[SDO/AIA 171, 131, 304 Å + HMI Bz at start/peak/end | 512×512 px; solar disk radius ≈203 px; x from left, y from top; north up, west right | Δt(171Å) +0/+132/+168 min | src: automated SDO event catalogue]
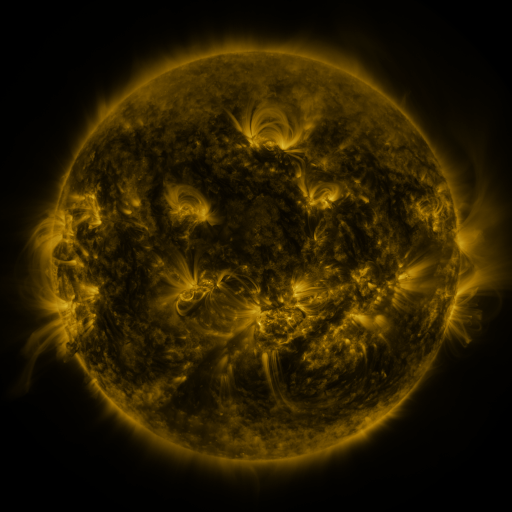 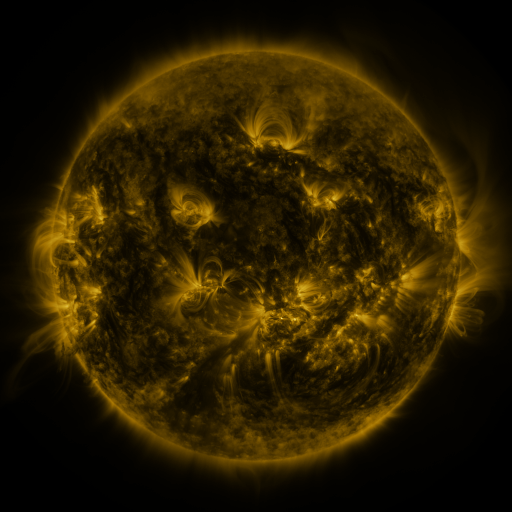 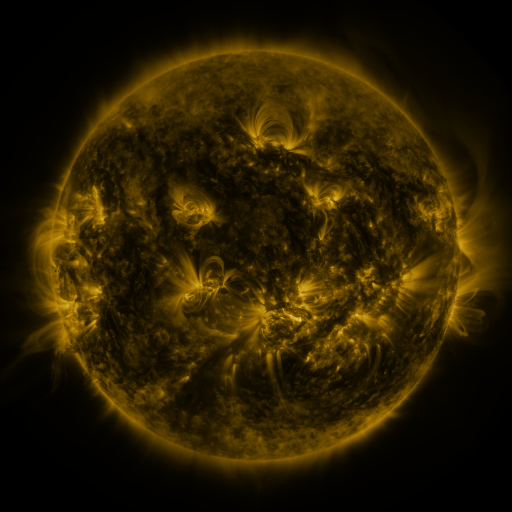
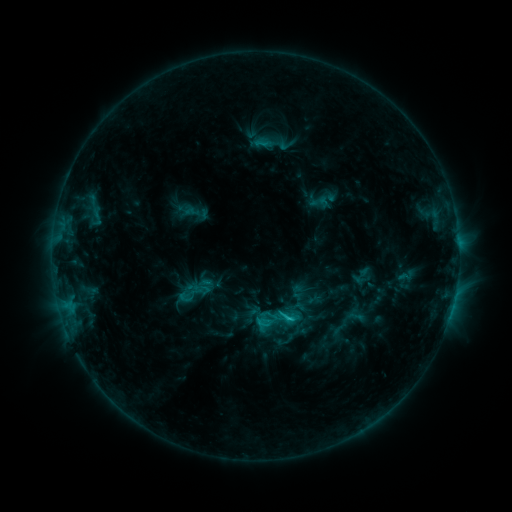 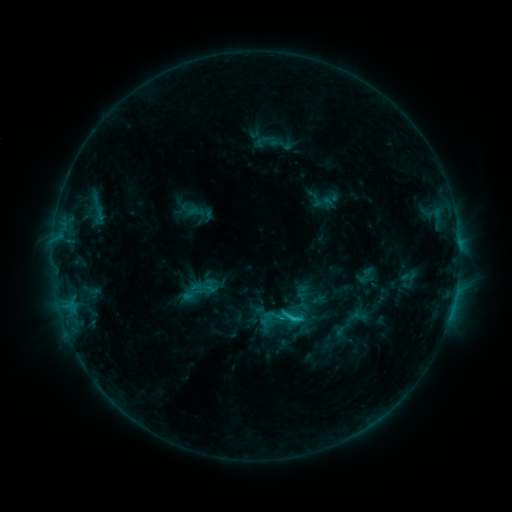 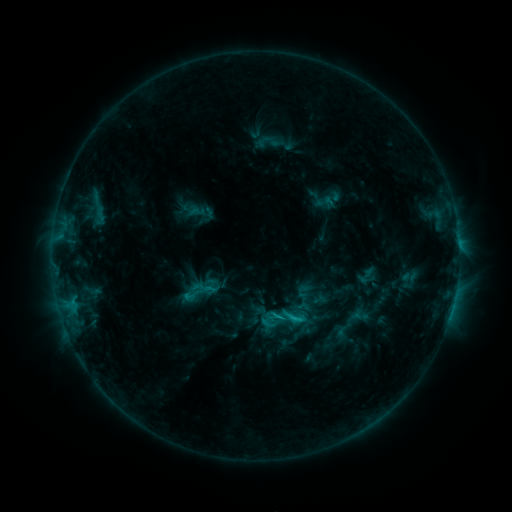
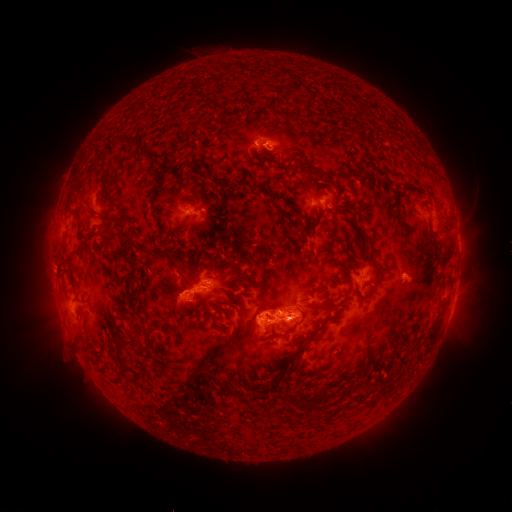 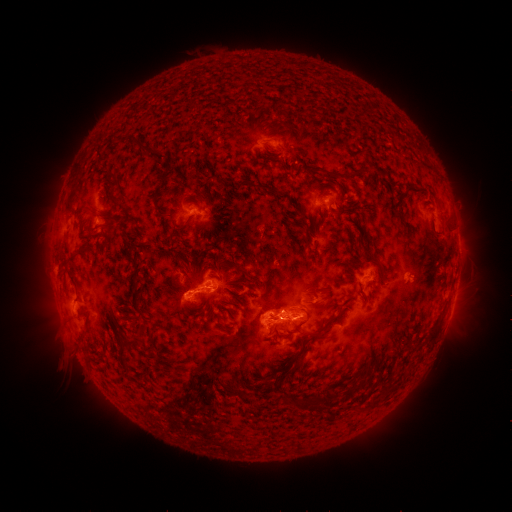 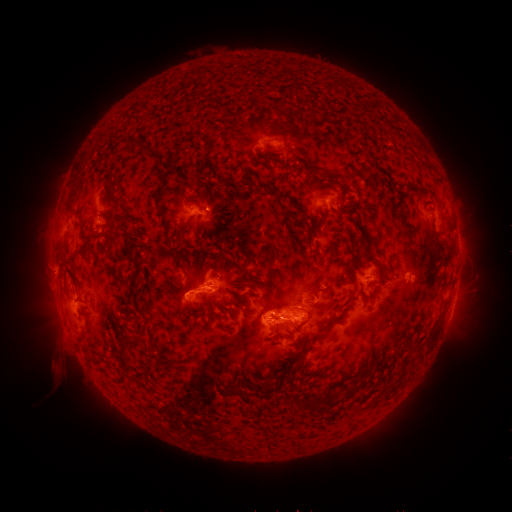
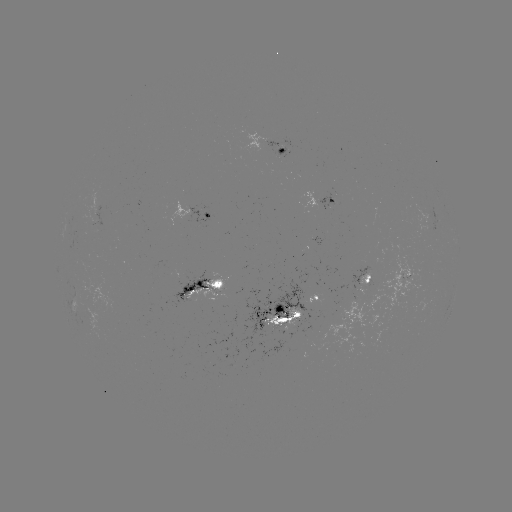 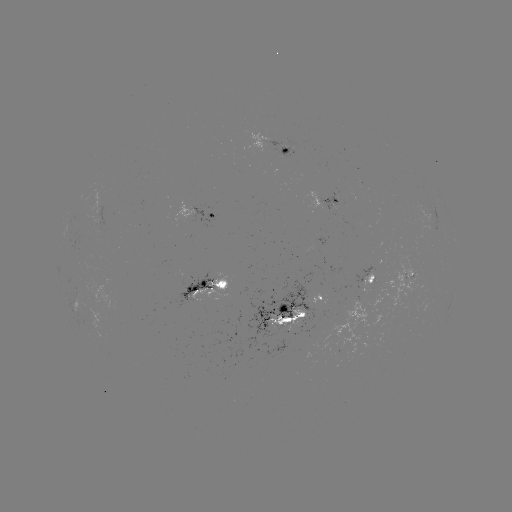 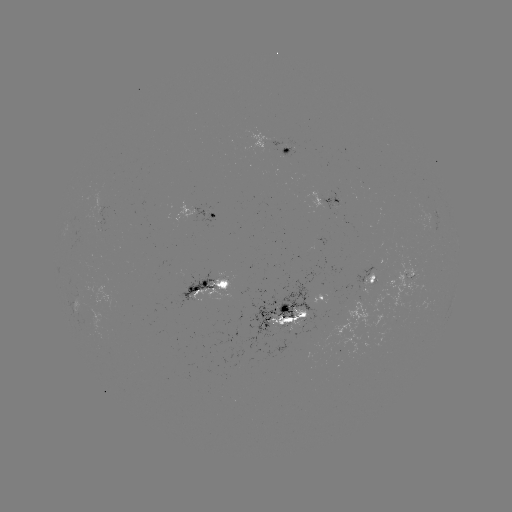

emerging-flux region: [365, 254, 423, 316]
